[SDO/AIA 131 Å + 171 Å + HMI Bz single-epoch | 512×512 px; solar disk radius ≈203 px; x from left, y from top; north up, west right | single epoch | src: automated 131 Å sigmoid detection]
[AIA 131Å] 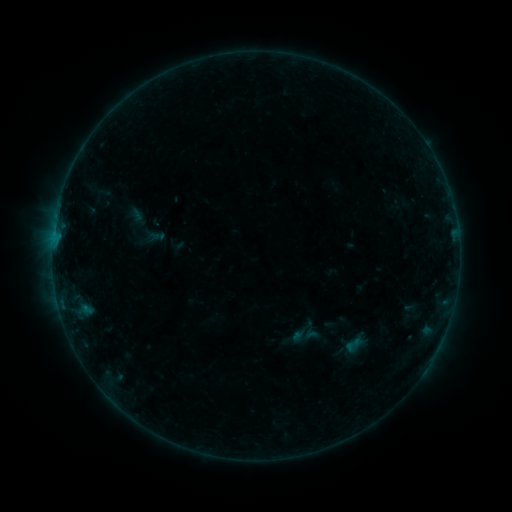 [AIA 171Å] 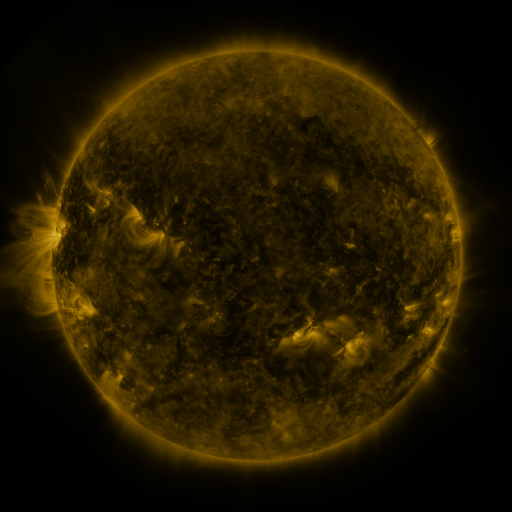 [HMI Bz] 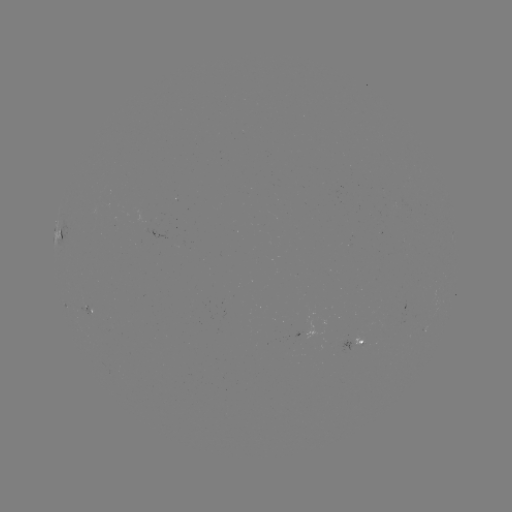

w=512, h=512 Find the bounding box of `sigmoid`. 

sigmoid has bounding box [343, 335, 363, 354].